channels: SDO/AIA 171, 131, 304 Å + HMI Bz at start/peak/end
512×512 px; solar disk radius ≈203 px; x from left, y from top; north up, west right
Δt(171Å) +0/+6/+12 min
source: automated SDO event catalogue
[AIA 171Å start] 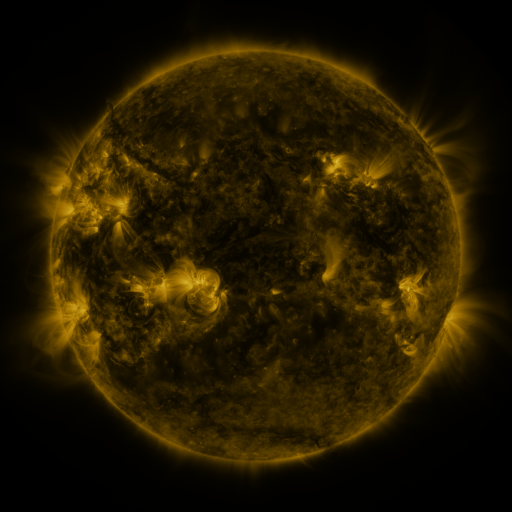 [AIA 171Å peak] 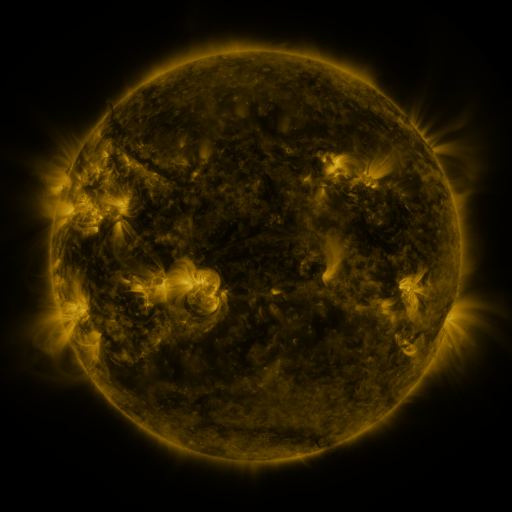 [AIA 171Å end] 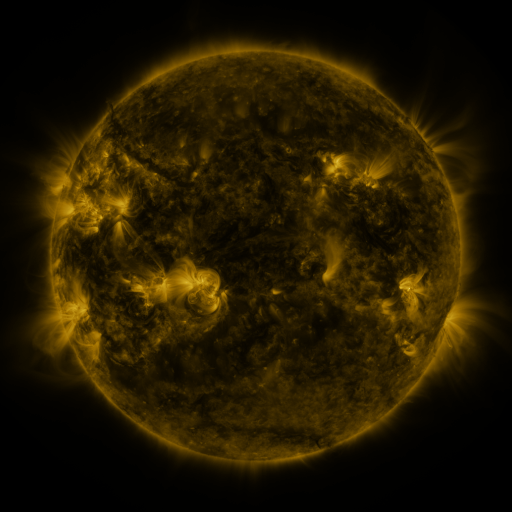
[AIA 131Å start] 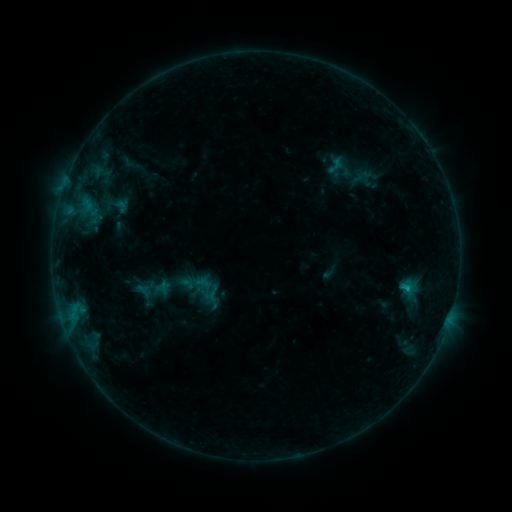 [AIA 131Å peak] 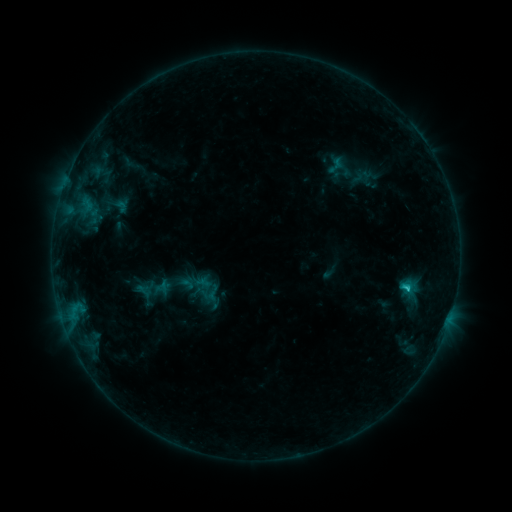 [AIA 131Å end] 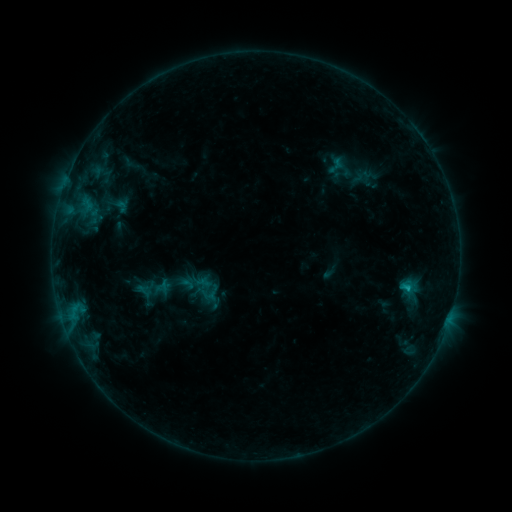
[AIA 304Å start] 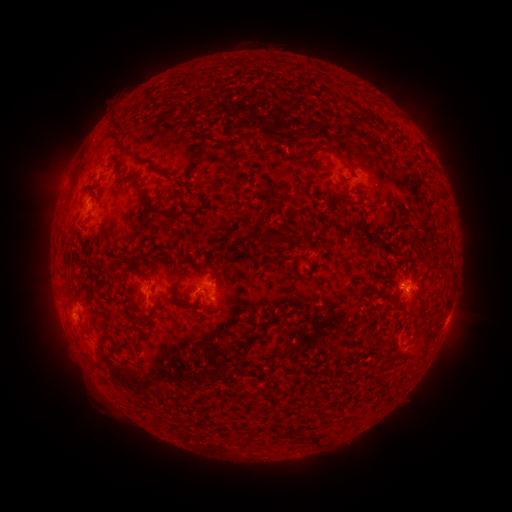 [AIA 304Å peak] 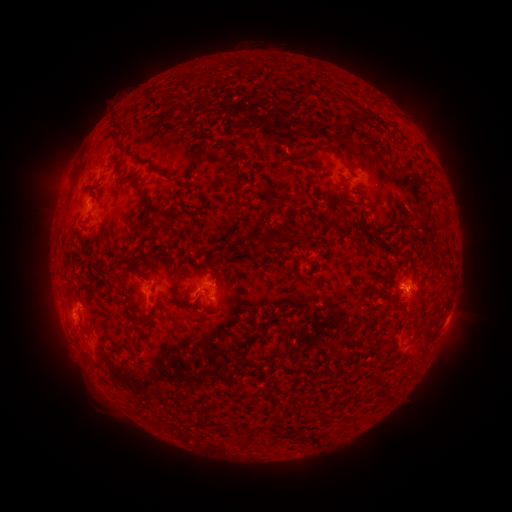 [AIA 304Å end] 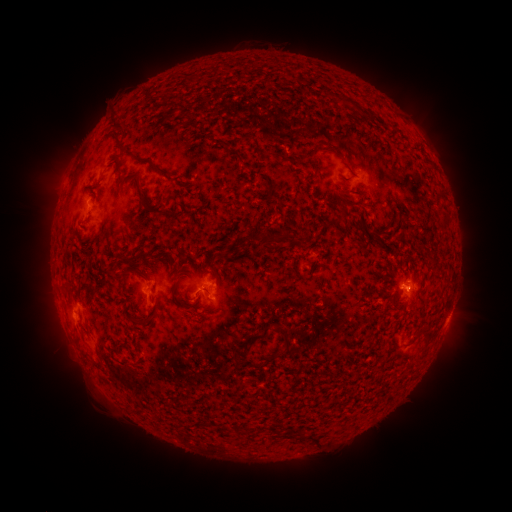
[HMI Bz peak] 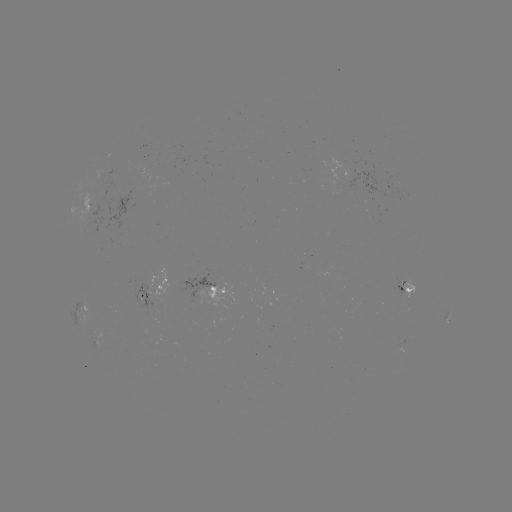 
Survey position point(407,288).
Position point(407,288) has B9.8 flare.